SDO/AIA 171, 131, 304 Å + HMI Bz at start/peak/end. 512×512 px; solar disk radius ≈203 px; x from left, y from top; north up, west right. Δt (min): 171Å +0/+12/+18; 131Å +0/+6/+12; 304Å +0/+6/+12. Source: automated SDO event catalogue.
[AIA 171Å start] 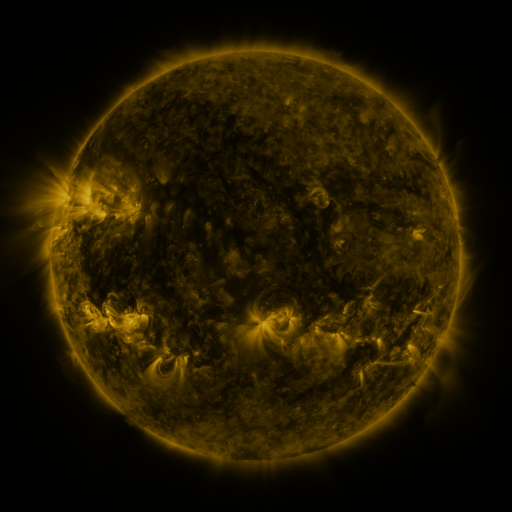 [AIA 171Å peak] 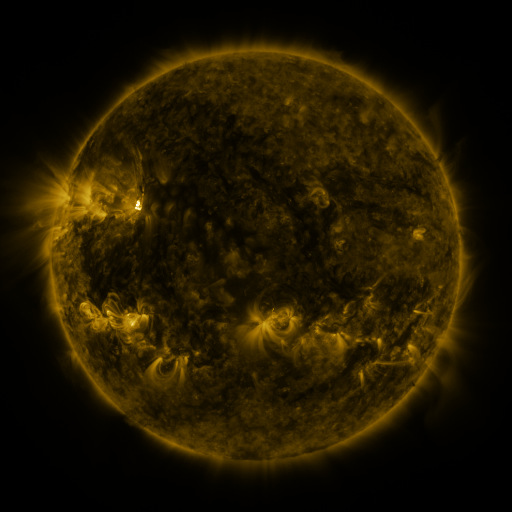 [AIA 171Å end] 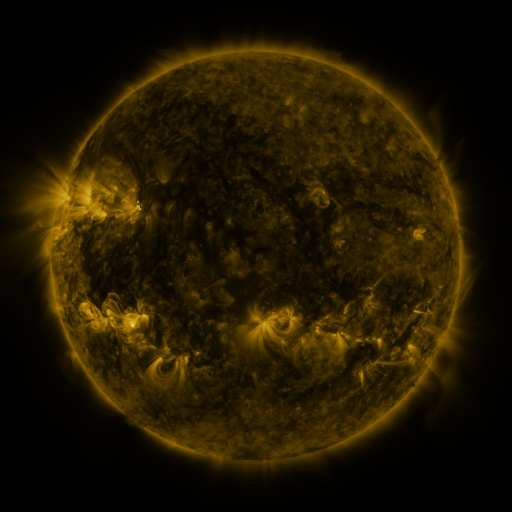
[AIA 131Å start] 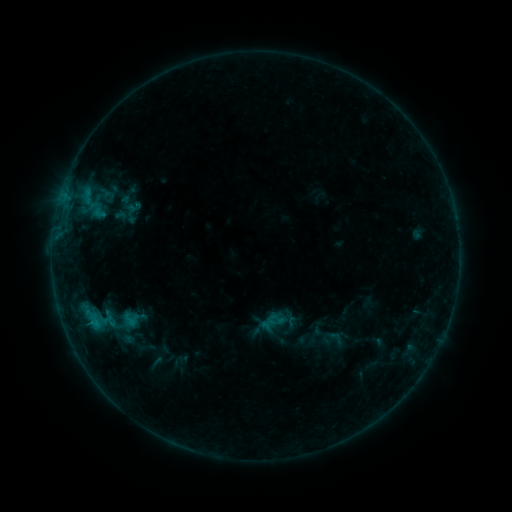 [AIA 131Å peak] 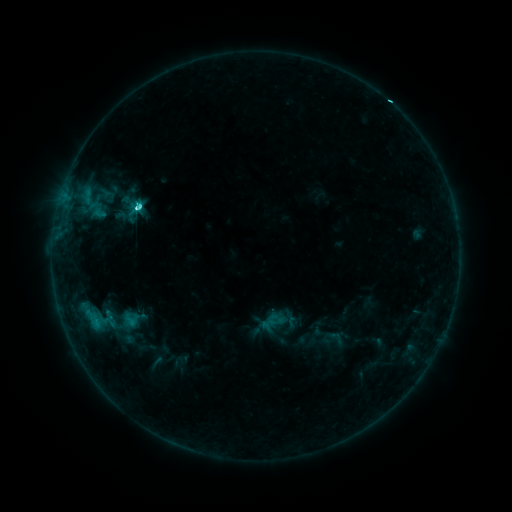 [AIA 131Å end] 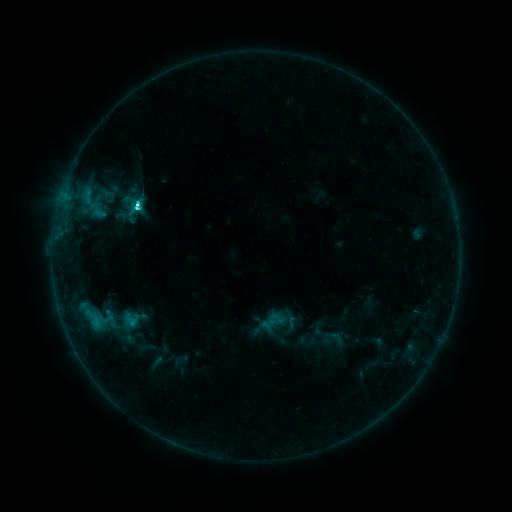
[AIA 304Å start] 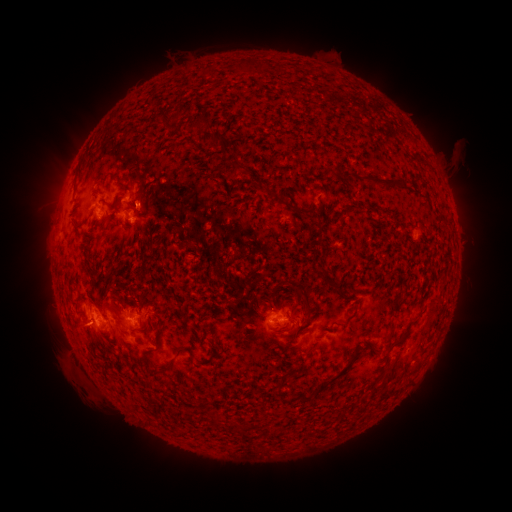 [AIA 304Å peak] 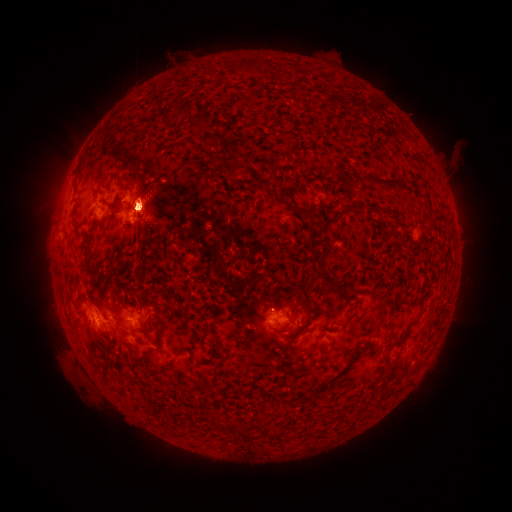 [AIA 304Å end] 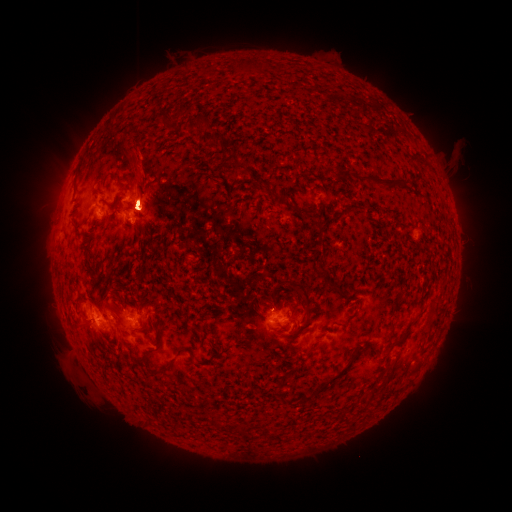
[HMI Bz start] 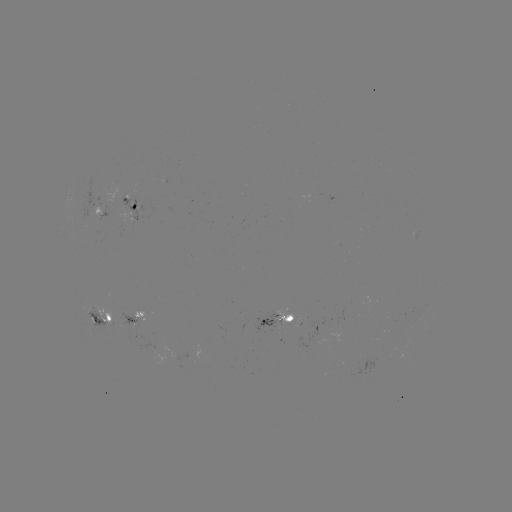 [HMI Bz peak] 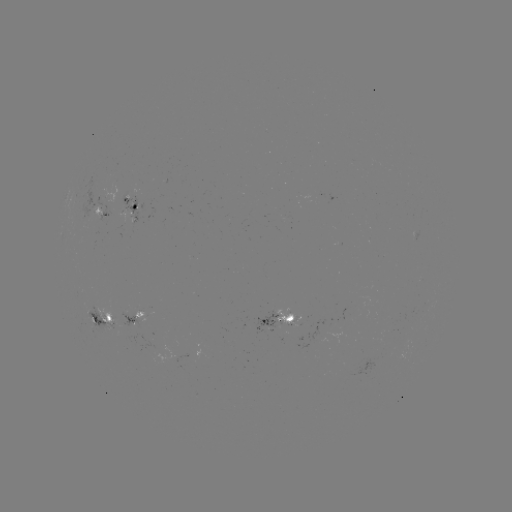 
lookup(M2.2 flare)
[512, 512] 137,210